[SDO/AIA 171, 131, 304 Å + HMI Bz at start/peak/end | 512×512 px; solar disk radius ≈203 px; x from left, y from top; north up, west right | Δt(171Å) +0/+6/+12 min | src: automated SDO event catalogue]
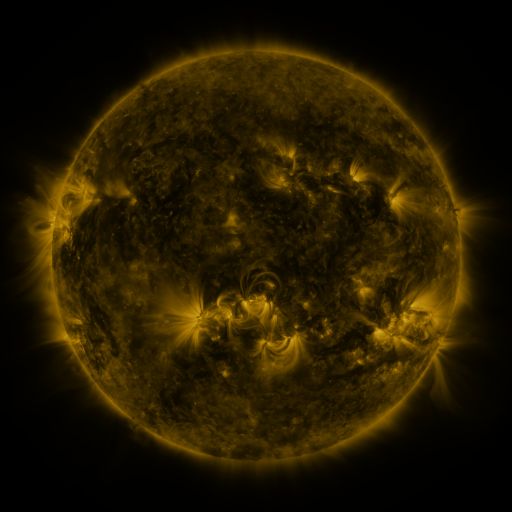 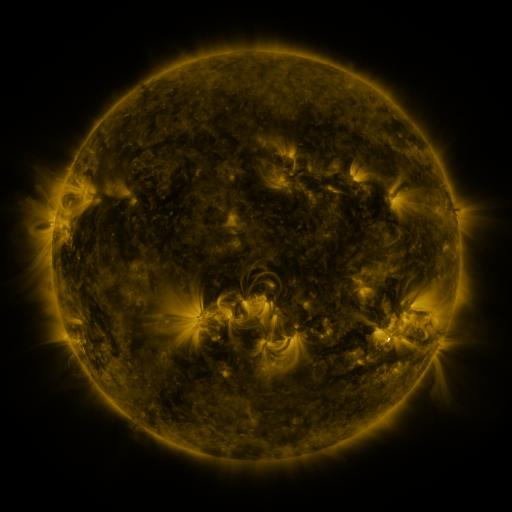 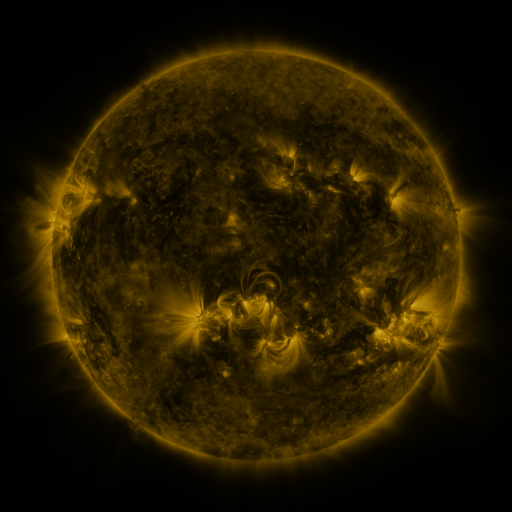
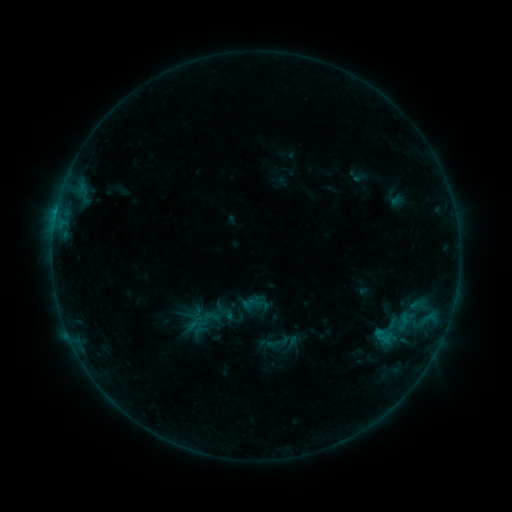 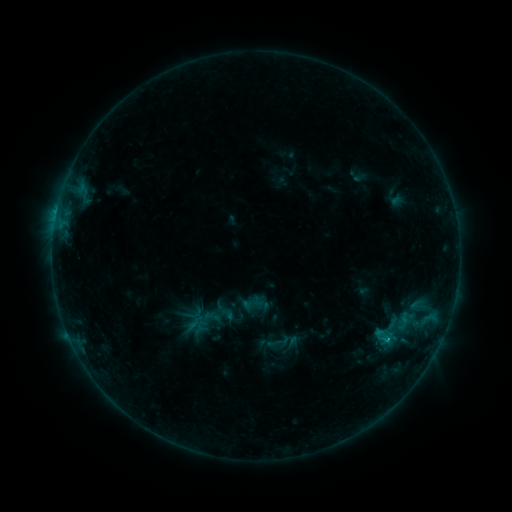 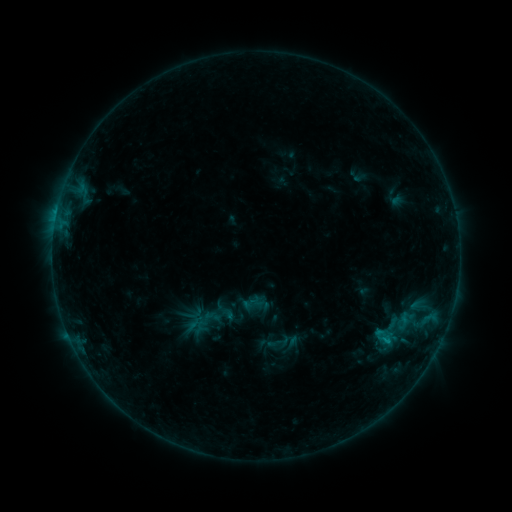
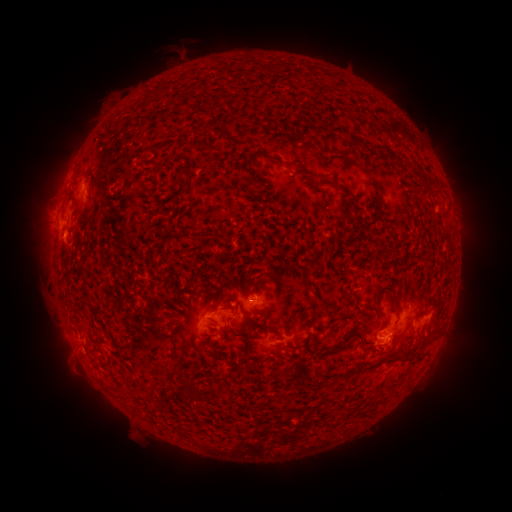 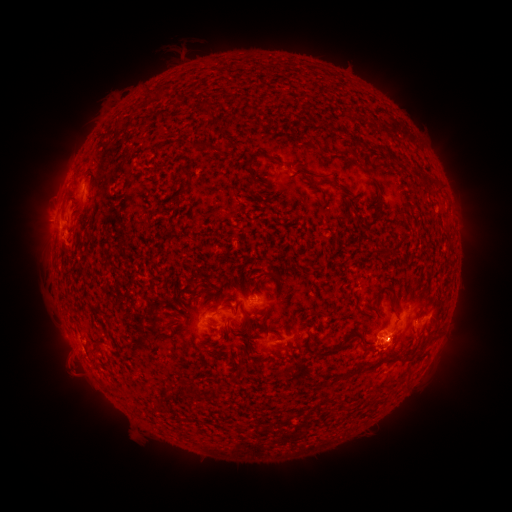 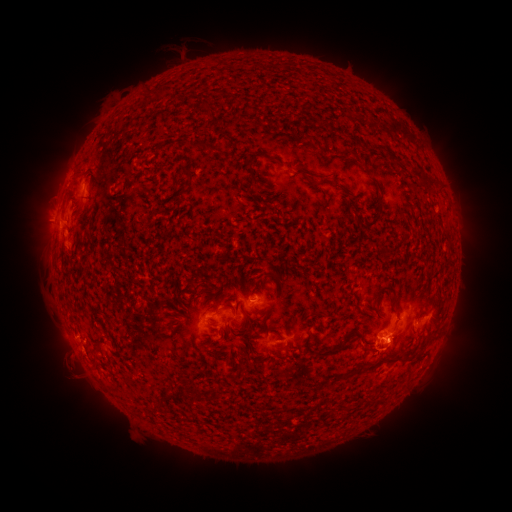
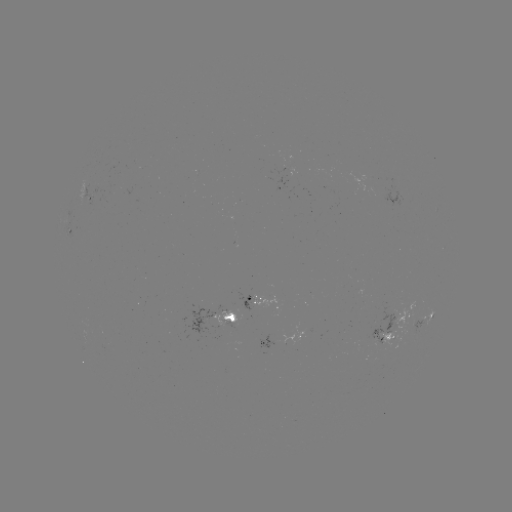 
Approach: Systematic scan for eruption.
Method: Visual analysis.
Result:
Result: eruption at (69, 367).